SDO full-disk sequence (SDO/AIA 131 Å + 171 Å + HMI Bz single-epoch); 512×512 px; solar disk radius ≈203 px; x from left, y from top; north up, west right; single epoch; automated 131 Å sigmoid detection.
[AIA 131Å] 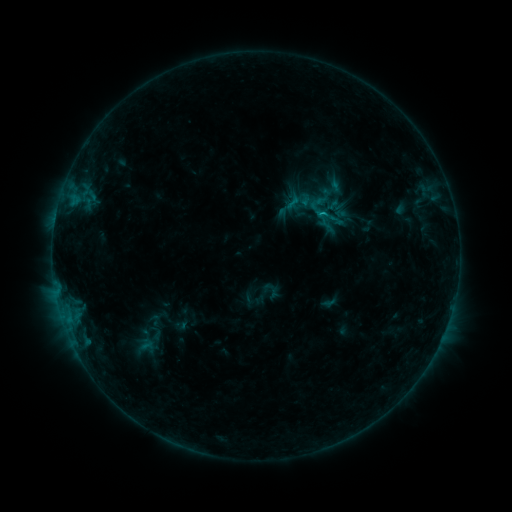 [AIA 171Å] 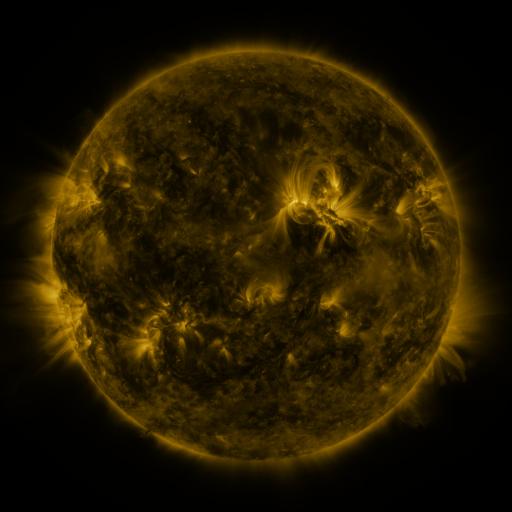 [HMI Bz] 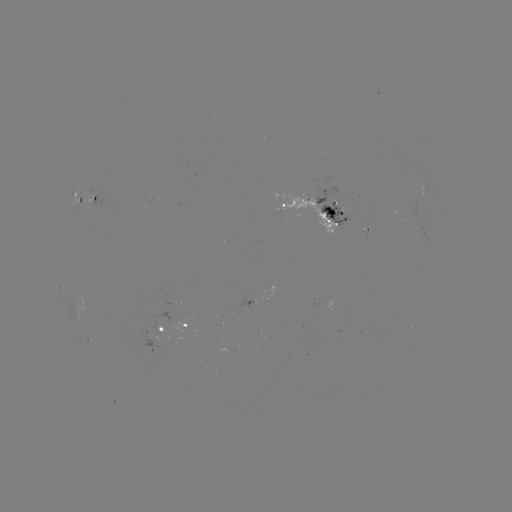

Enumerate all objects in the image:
sigmoid: <bbox>262, 281, 281, 300</bbox>
sigmoid: <bbox>144, 325, 168, 341</bbox>
